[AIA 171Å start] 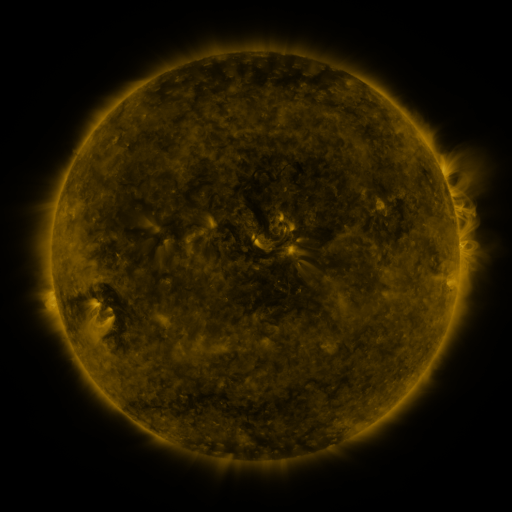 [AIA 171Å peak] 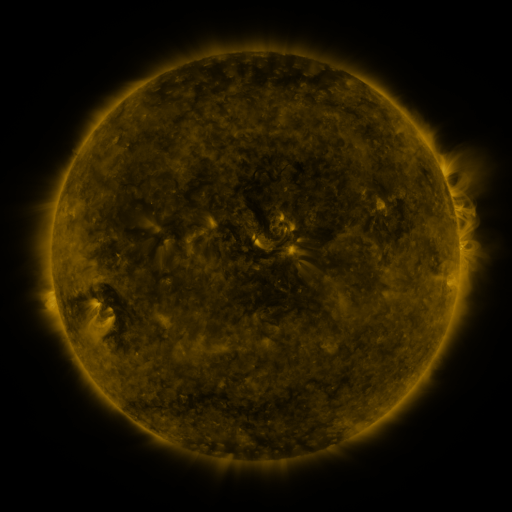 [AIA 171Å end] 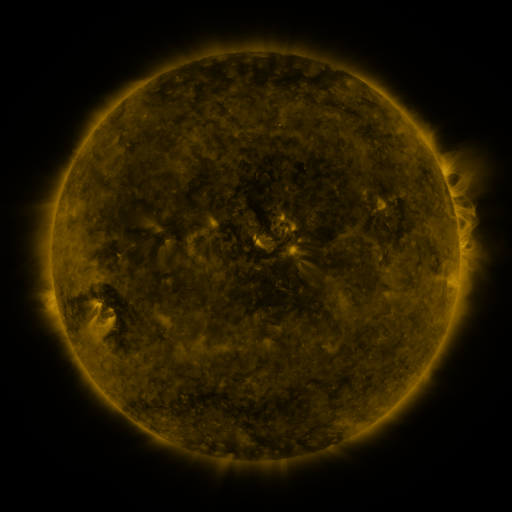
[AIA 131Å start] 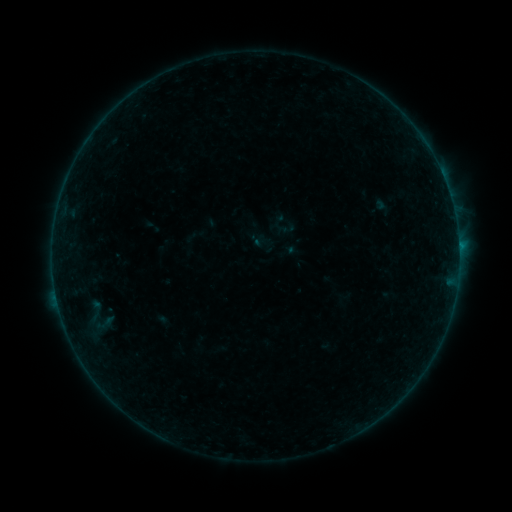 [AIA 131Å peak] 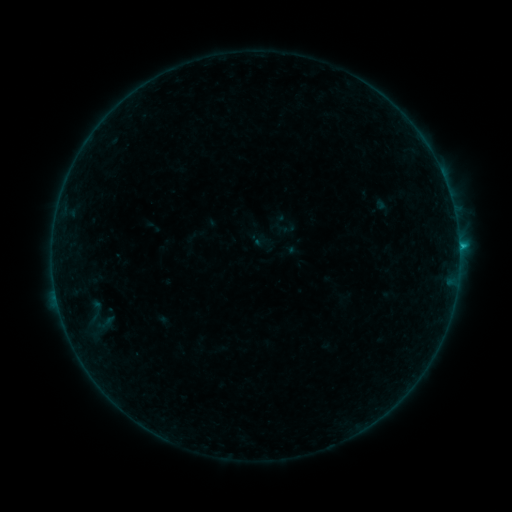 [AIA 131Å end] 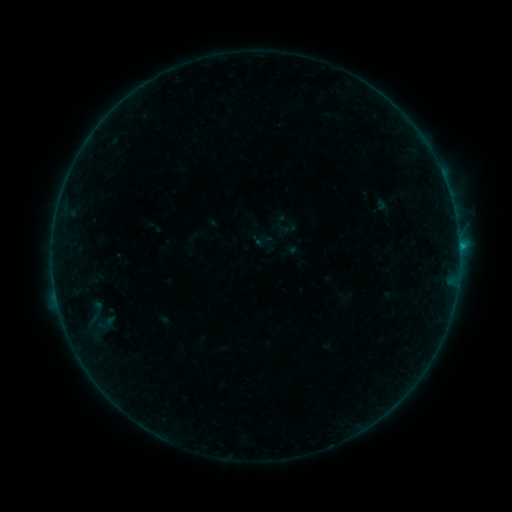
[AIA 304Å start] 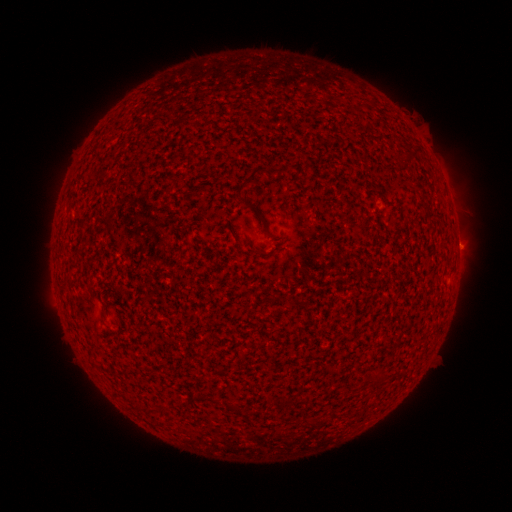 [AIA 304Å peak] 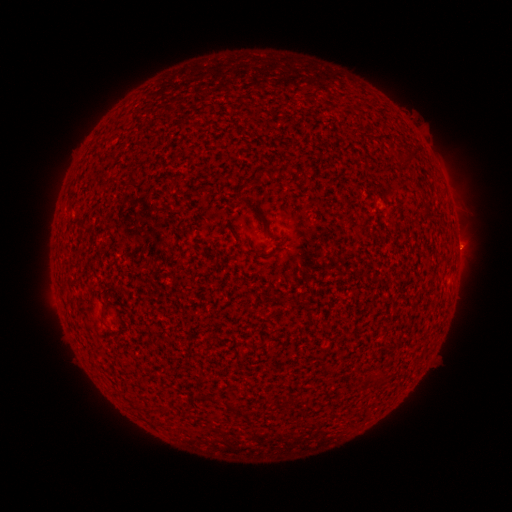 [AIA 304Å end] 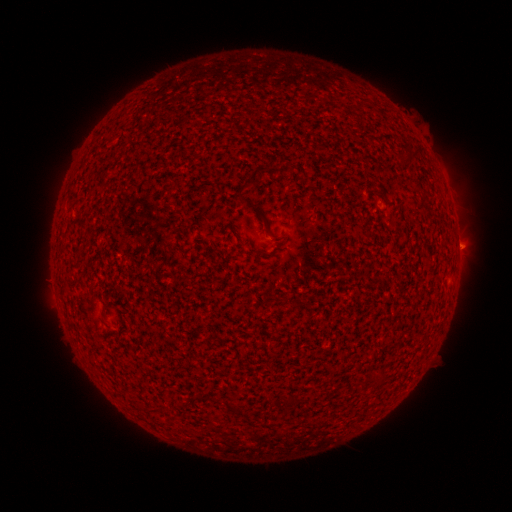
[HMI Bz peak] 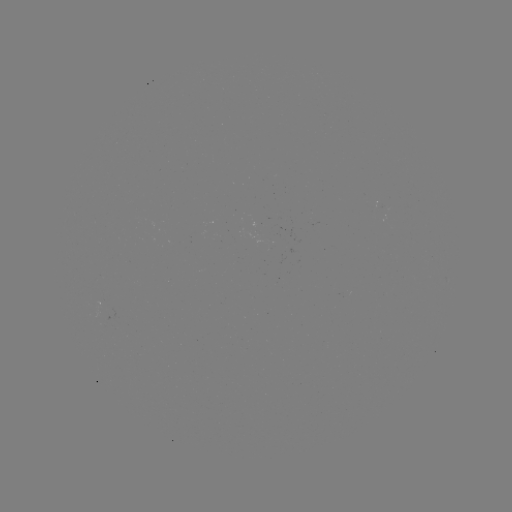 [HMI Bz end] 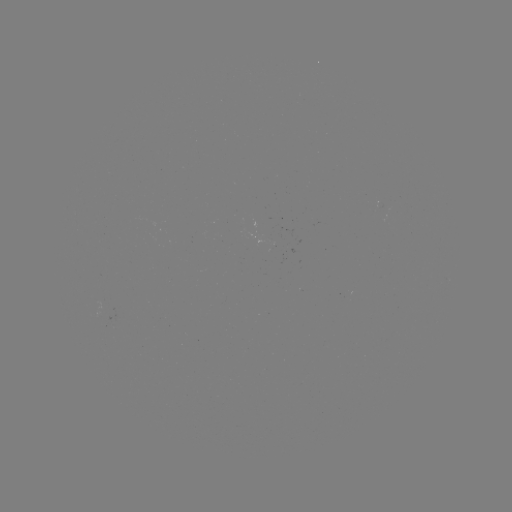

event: flare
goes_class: B6.9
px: (459, 249)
